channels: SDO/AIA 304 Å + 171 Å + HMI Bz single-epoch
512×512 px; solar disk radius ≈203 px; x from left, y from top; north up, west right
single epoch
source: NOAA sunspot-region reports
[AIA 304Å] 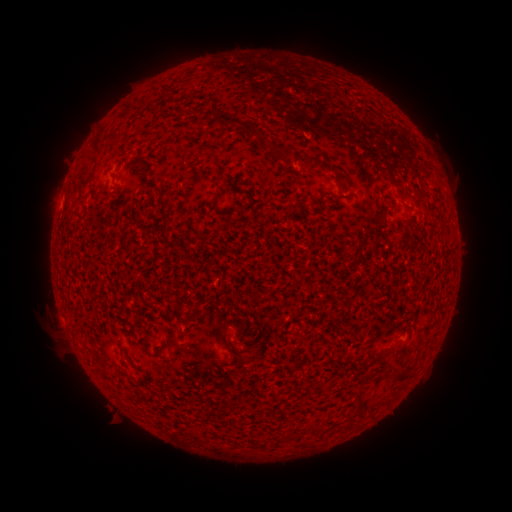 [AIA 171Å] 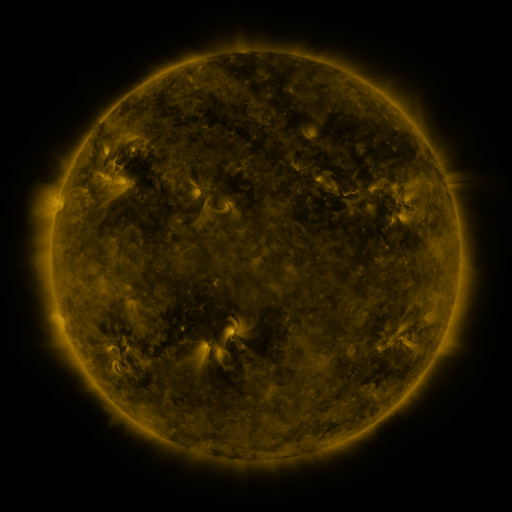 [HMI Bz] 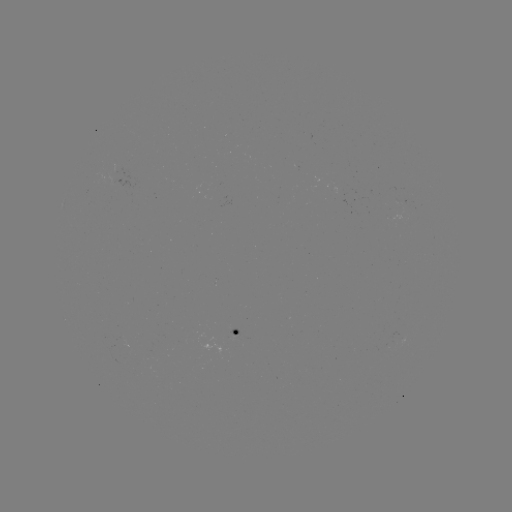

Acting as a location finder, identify spotted active region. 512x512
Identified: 232,332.